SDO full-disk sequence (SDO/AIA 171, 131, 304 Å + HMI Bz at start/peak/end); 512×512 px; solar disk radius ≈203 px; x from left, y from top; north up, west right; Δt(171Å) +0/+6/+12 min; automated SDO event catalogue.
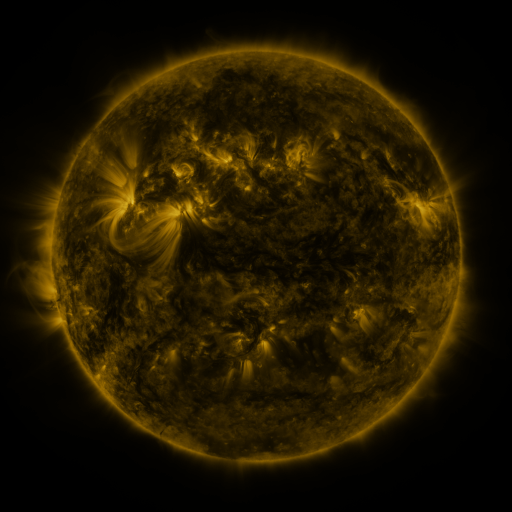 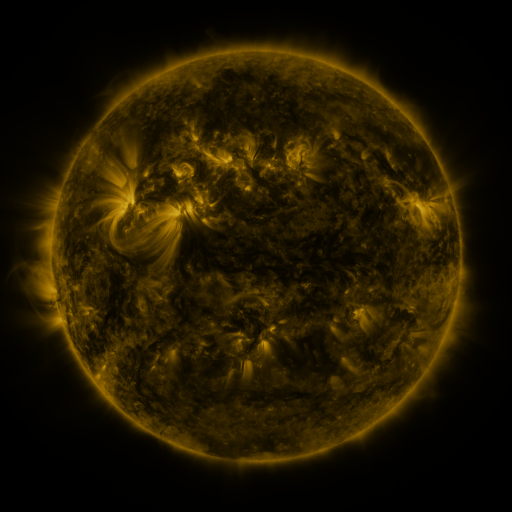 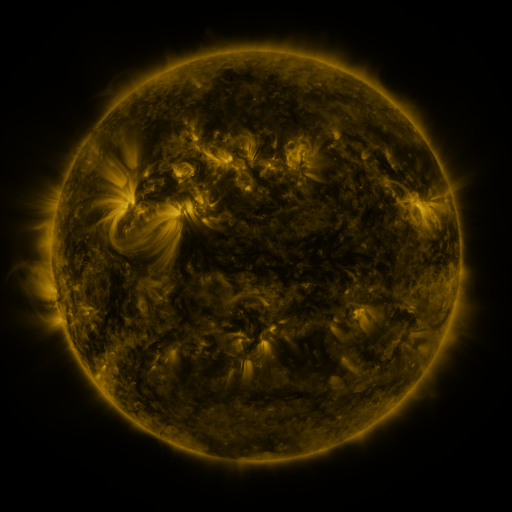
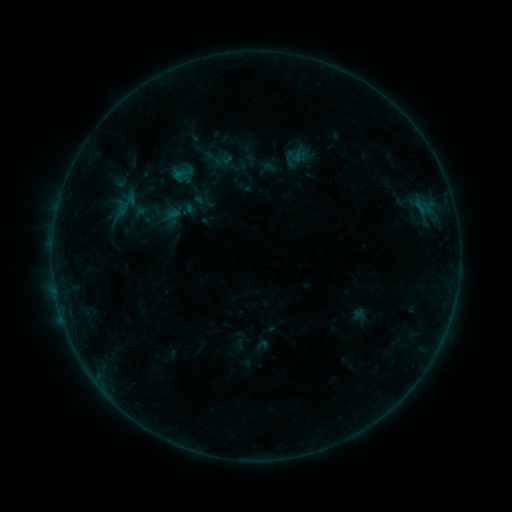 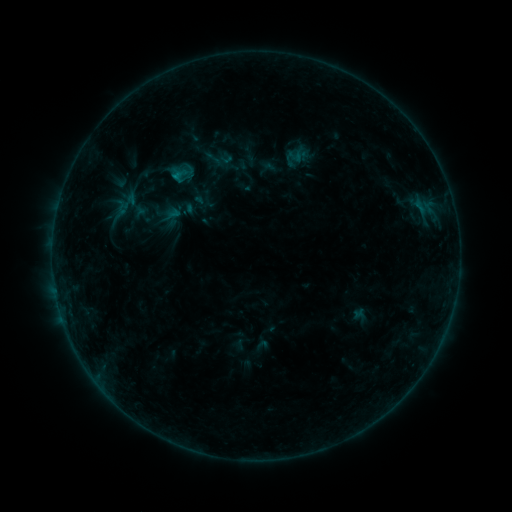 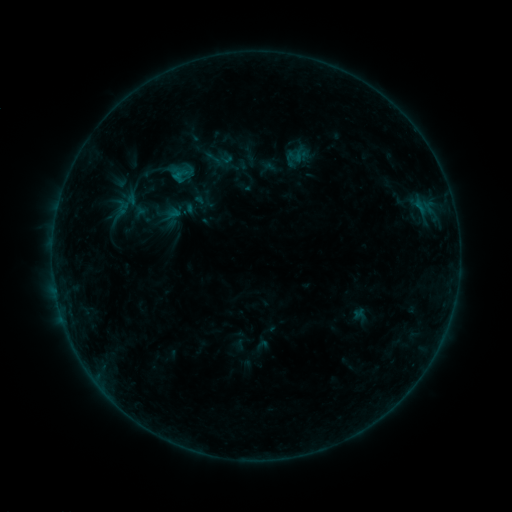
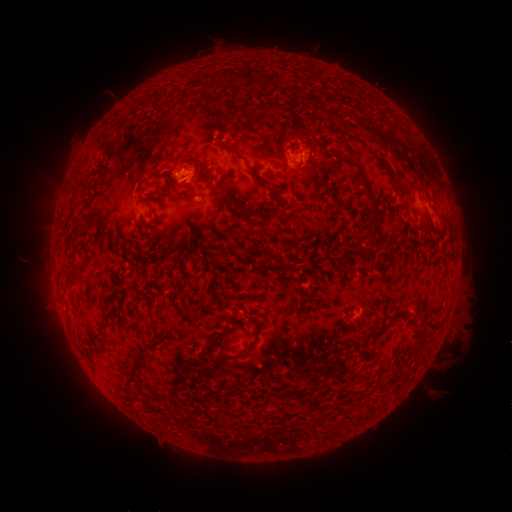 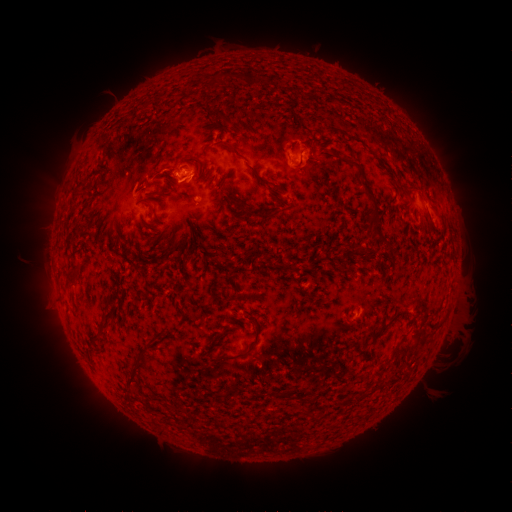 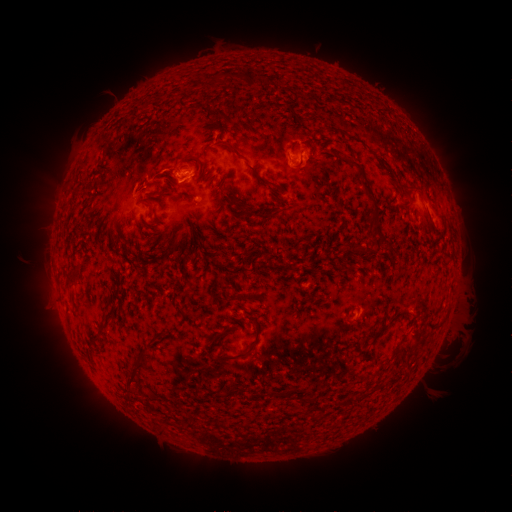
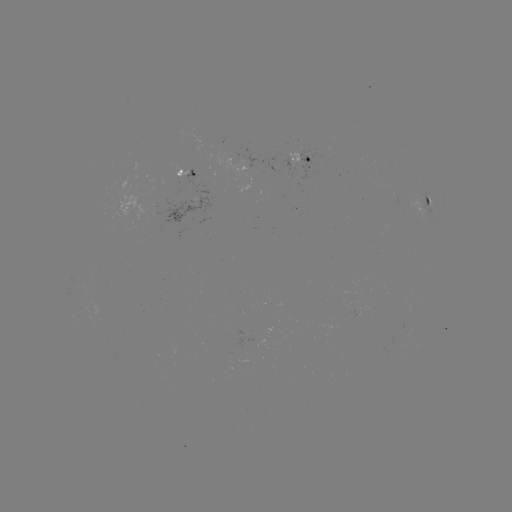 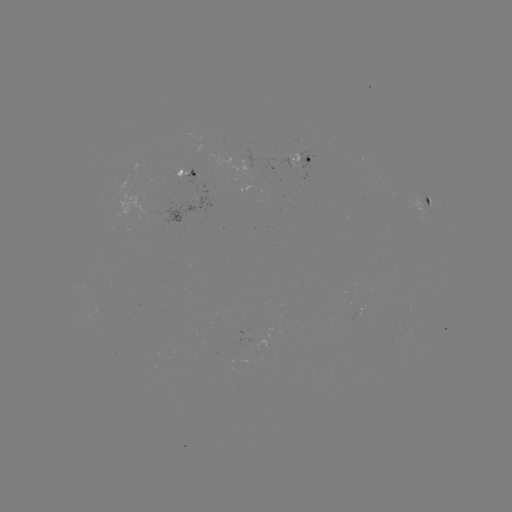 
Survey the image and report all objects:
B4.5 flare: (176, 179)
